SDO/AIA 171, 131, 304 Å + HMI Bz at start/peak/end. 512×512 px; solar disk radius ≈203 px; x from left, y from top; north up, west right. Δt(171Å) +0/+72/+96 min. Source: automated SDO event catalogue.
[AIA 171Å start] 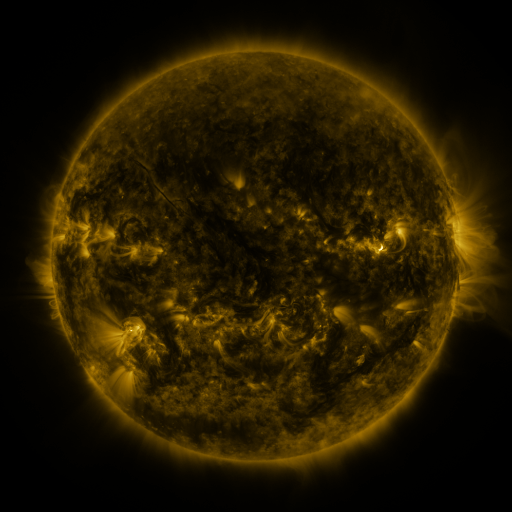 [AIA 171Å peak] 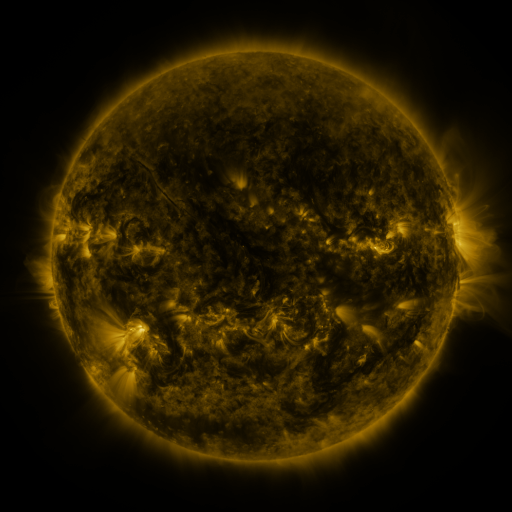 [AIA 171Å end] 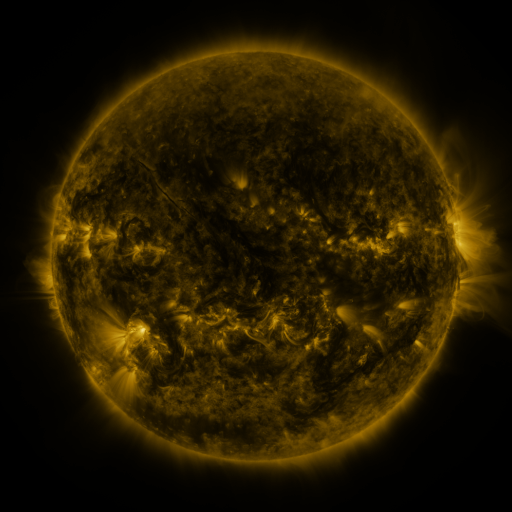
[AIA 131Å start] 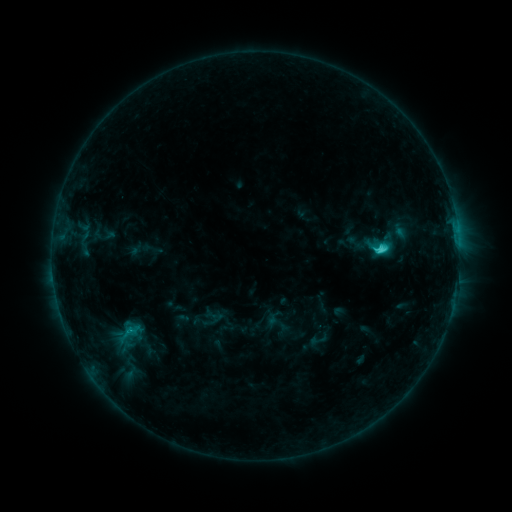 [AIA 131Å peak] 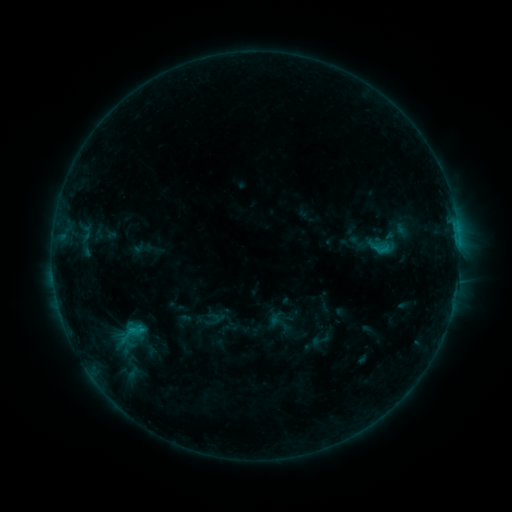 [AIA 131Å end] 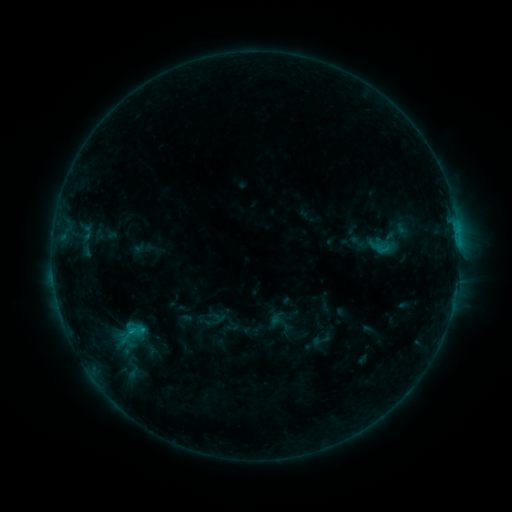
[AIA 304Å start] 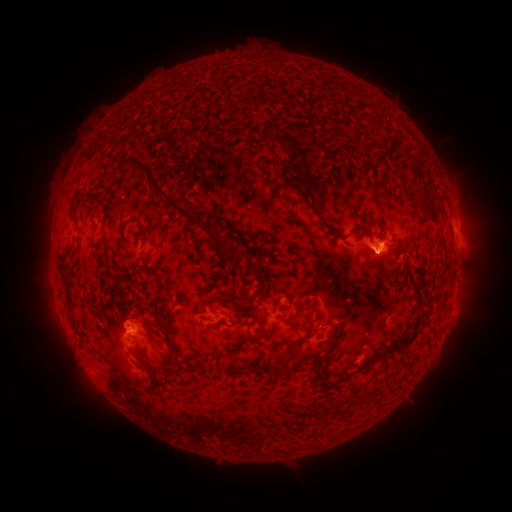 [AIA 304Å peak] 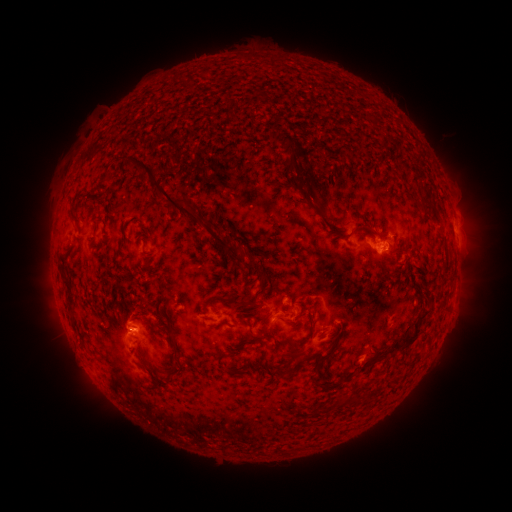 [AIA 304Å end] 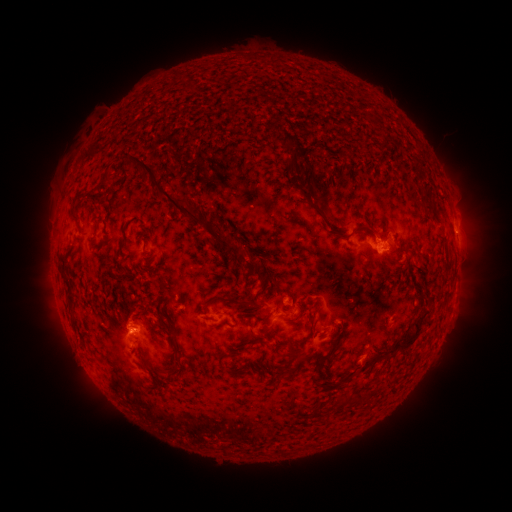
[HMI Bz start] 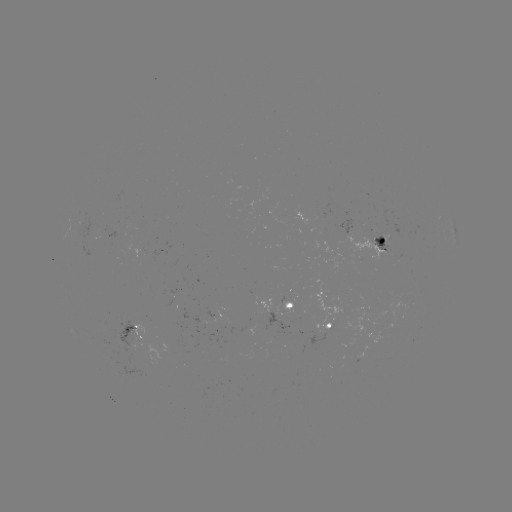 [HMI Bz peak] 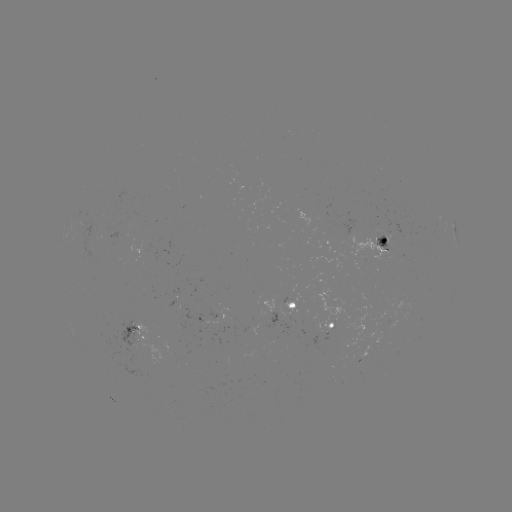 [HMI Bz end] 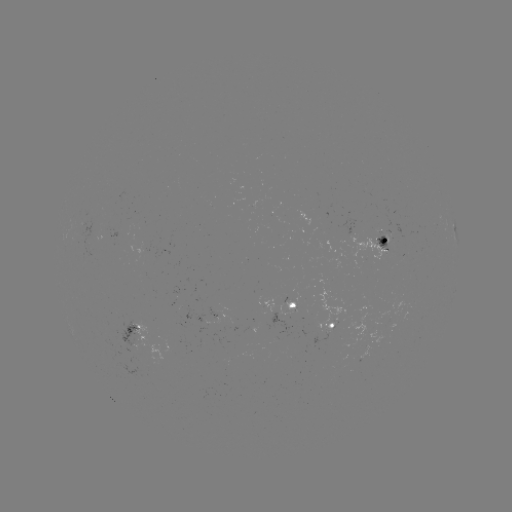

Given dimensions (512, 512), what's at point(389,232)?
emerging-flux region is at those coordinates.